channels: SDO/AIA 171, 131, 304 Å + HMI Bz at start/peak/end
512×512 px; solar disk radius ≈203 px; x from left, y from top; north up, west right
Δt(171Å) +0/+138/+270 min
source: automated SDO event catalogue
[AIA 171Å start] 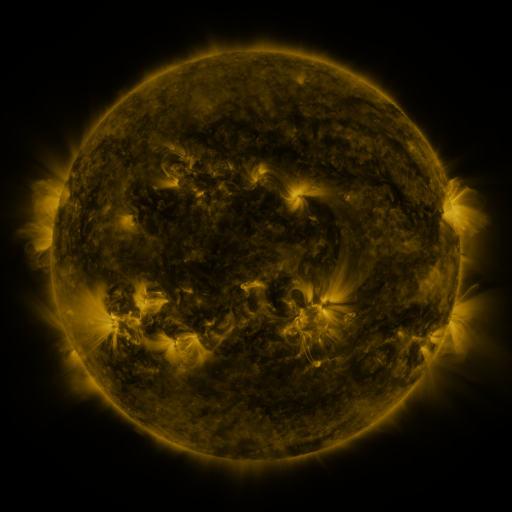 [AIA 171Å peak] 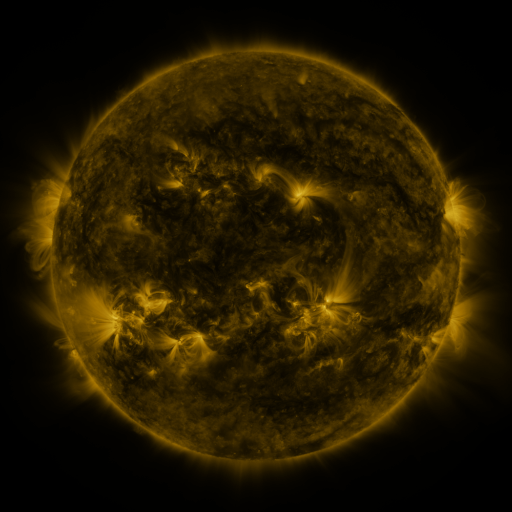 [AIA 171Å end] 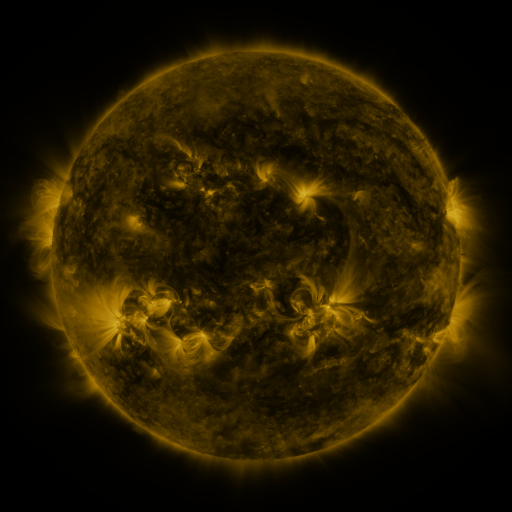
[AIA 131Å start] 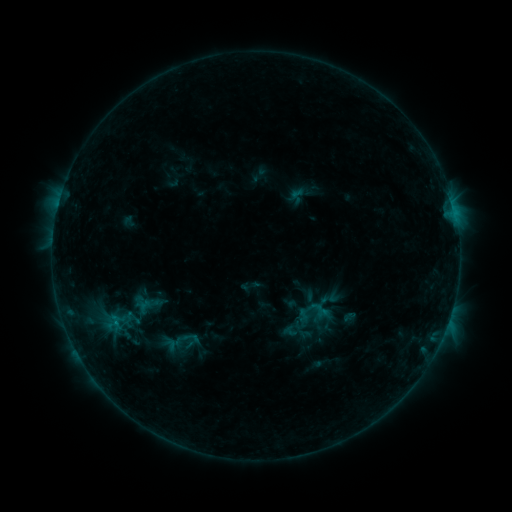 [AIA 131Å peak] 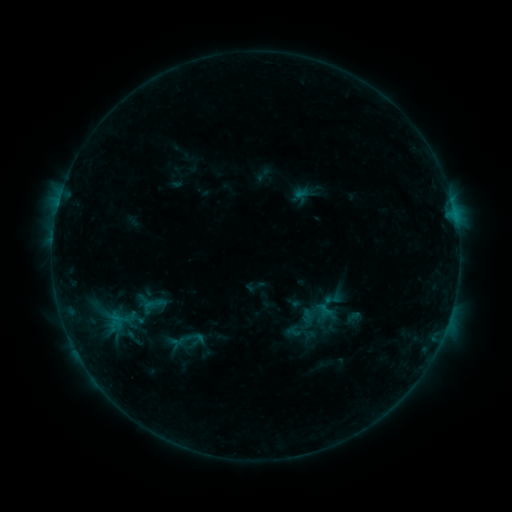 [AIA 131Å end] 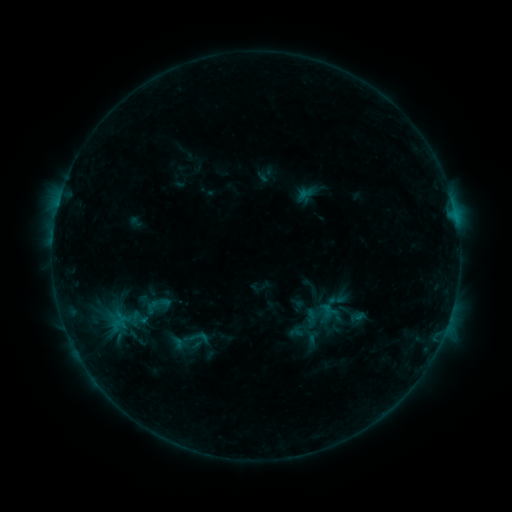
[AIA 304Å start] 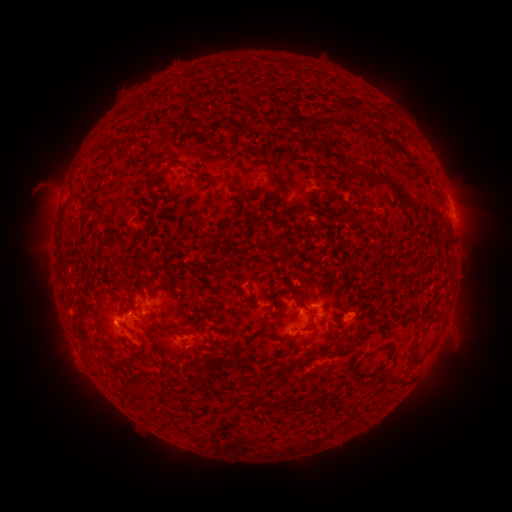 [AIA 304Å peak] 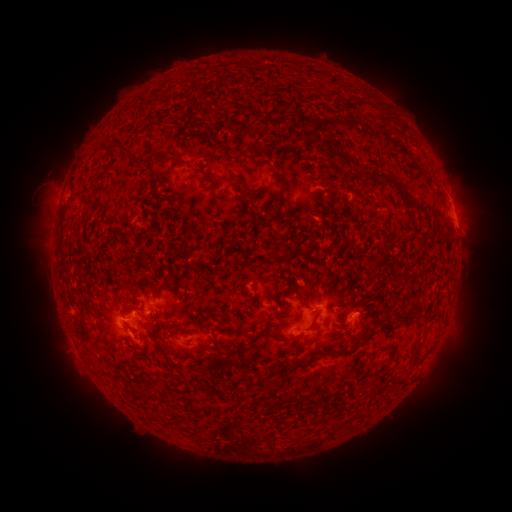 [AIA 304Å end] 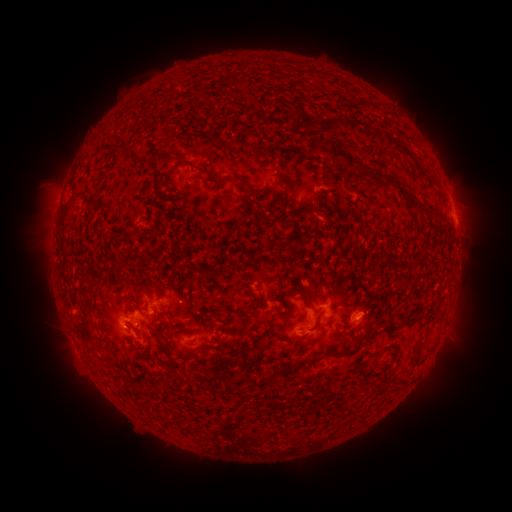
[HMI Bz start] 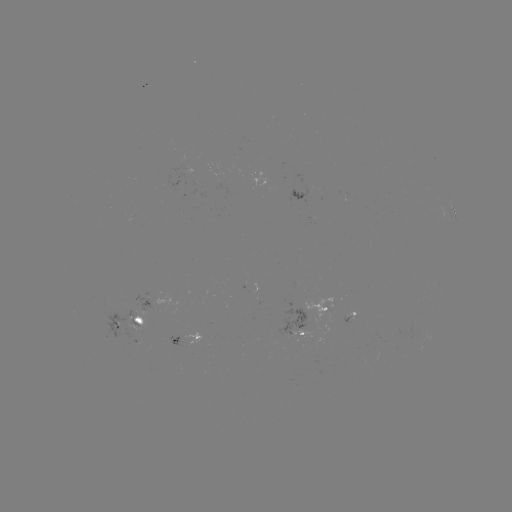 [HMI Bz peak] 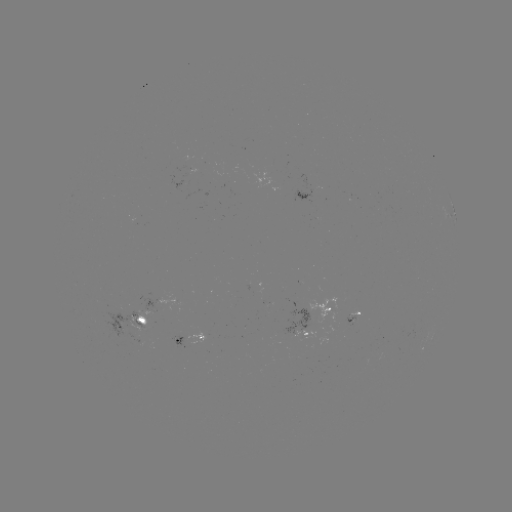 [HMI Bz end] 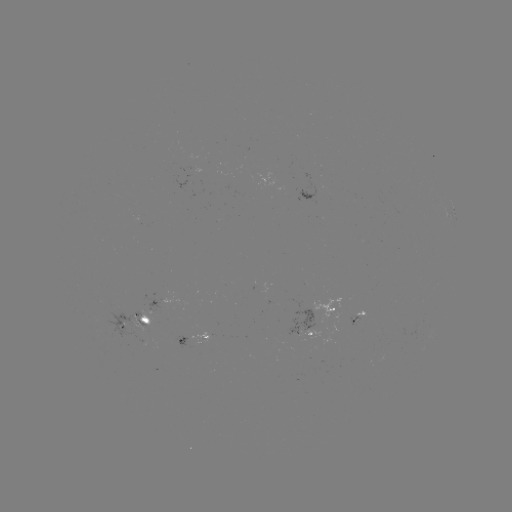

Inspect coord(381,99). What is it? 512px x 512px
filament eruption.